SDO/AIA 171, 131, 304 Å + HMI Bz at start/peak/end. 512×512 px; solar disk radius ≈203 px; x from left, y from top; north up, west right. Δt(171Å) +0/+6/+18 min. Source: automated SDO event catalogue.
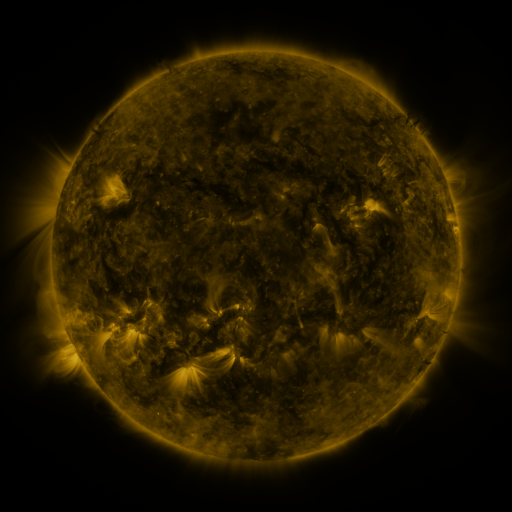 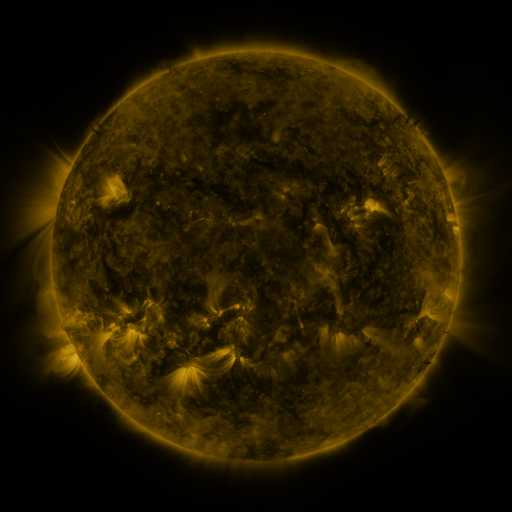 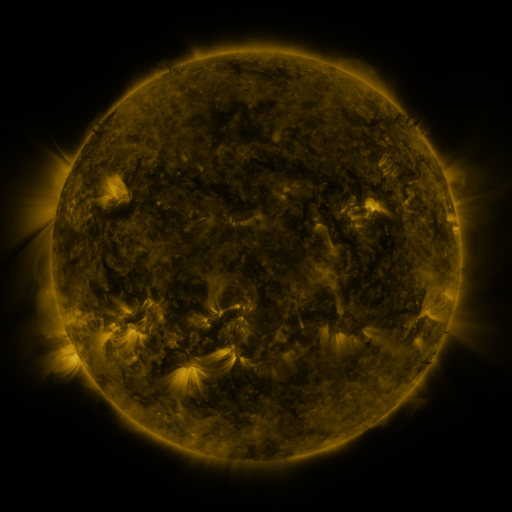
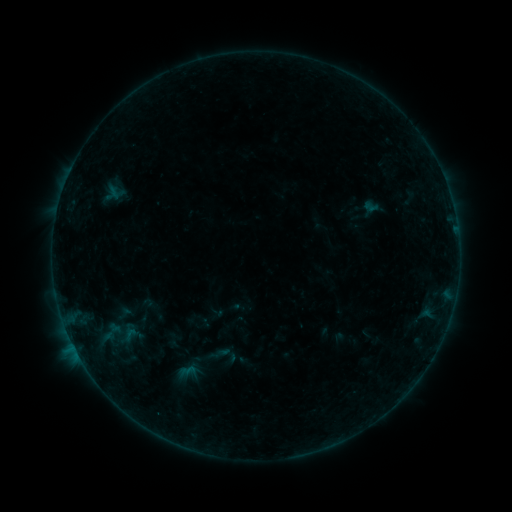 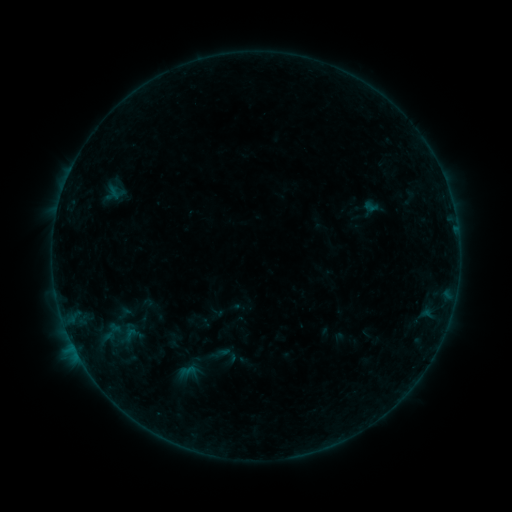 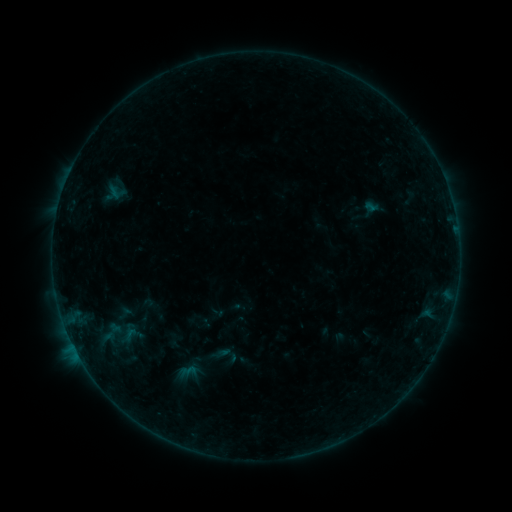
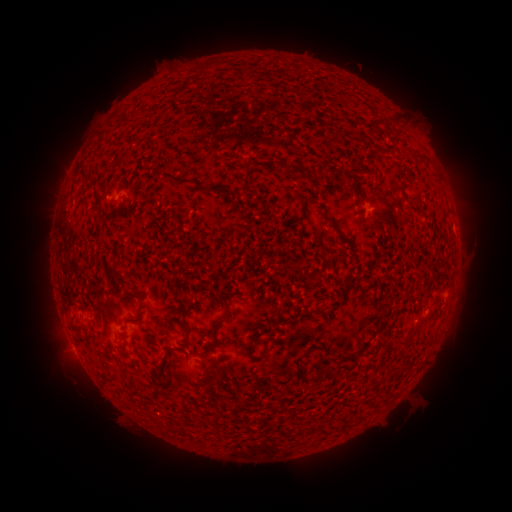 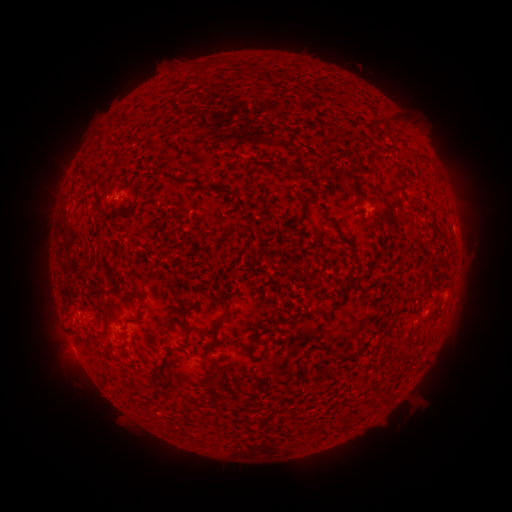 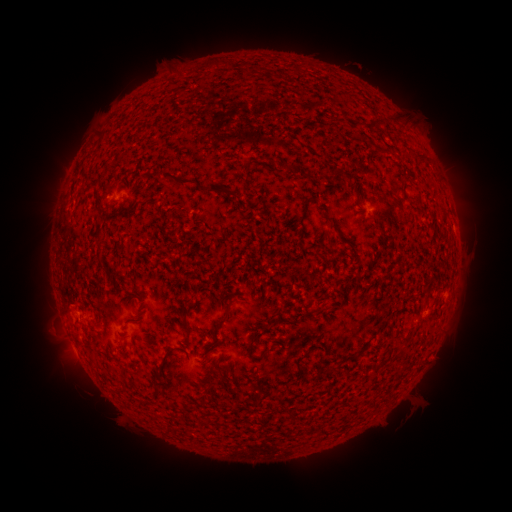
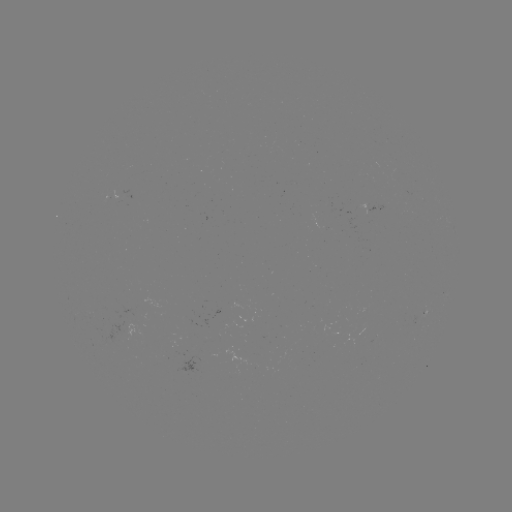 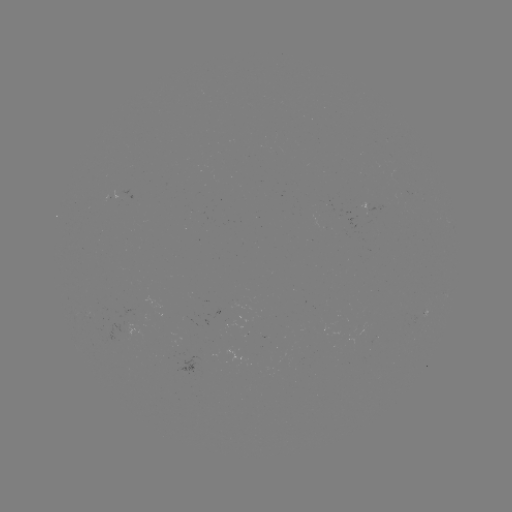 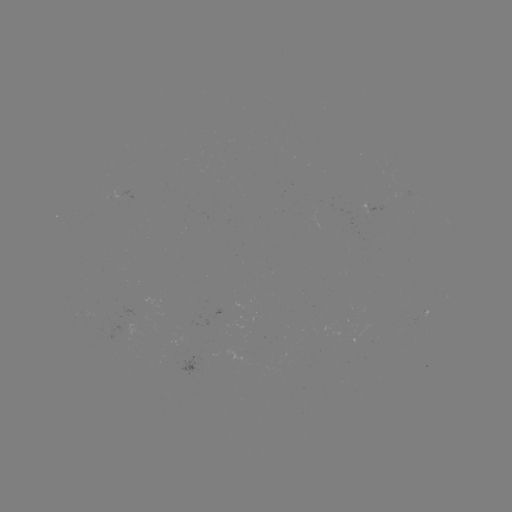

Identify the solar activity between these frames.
eruption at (62, 327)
